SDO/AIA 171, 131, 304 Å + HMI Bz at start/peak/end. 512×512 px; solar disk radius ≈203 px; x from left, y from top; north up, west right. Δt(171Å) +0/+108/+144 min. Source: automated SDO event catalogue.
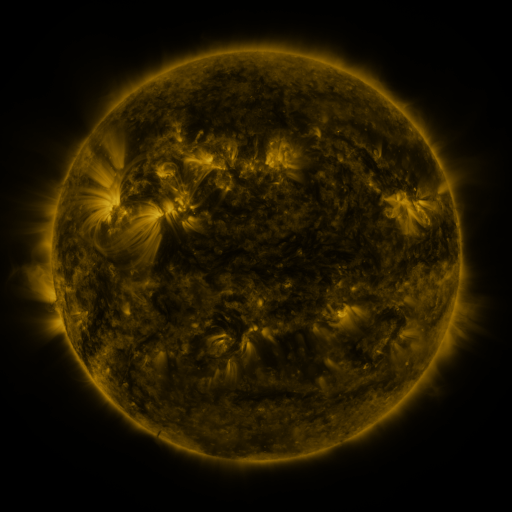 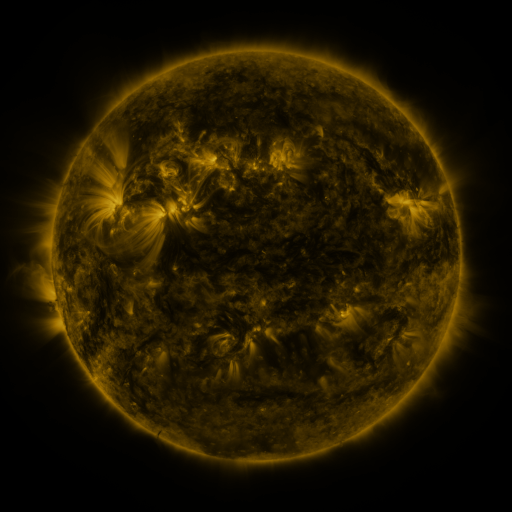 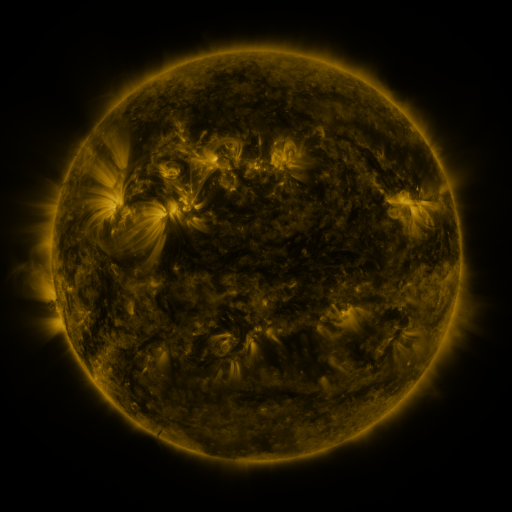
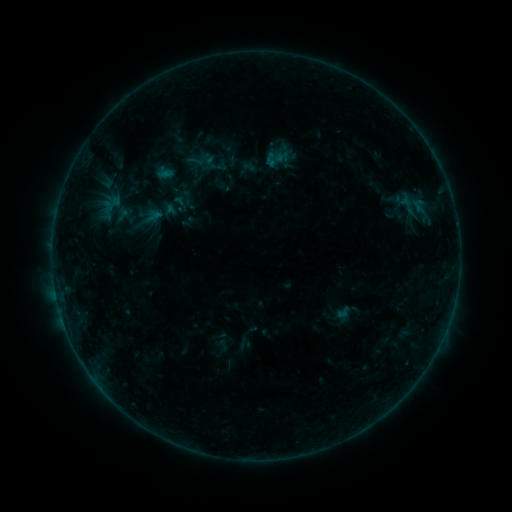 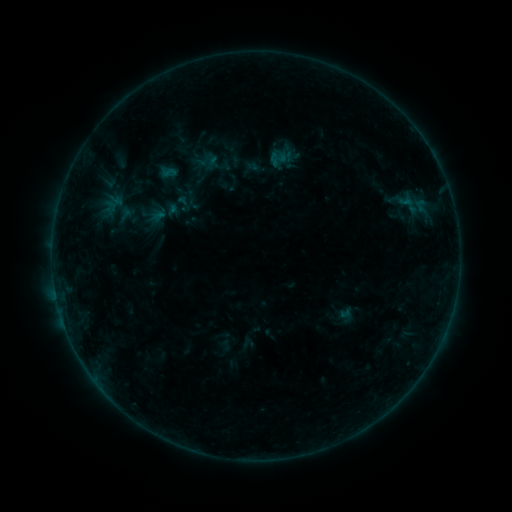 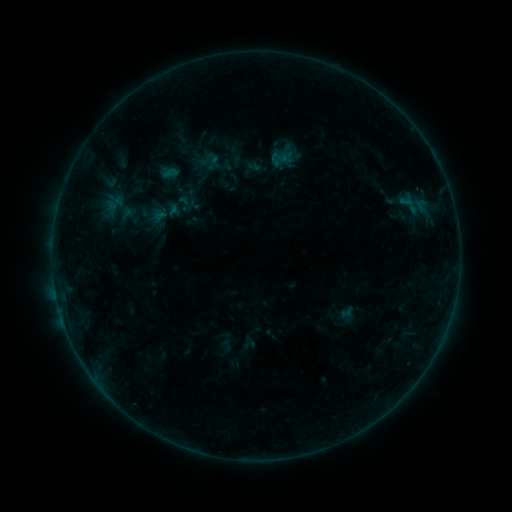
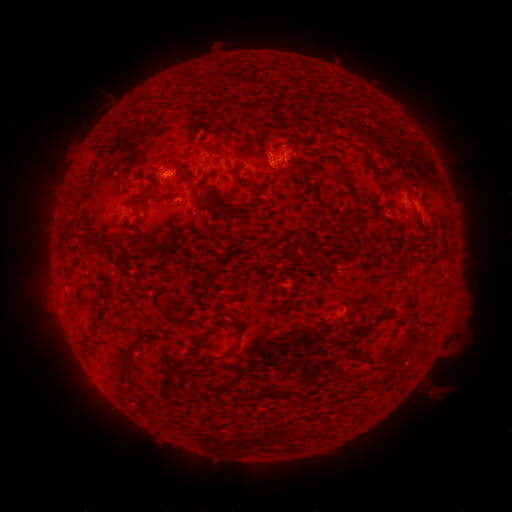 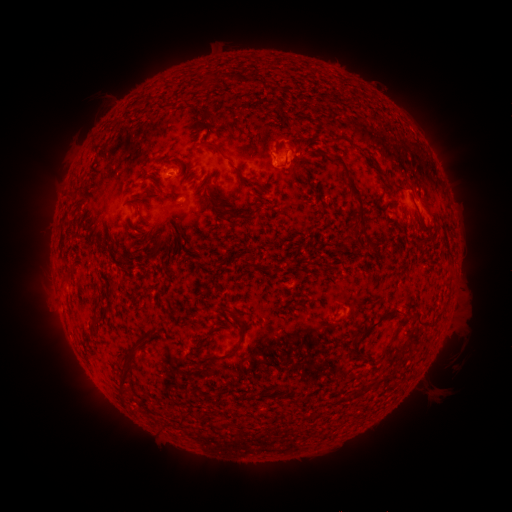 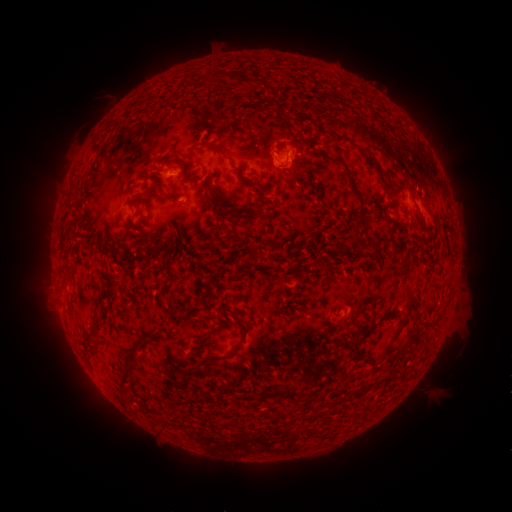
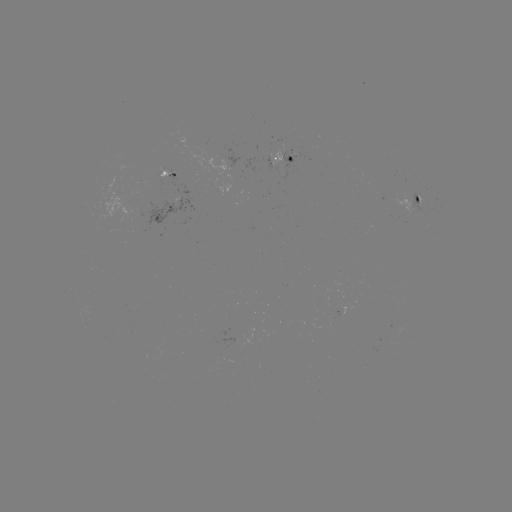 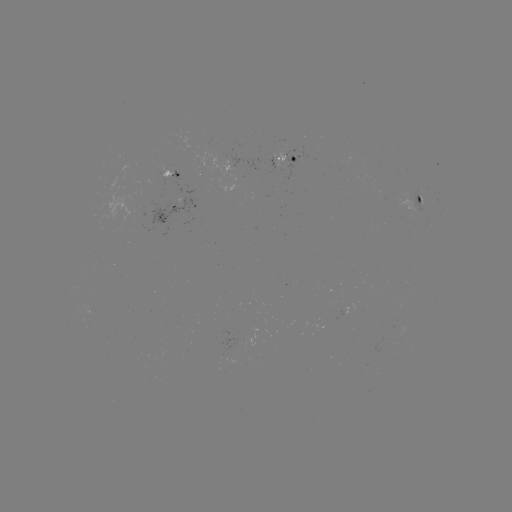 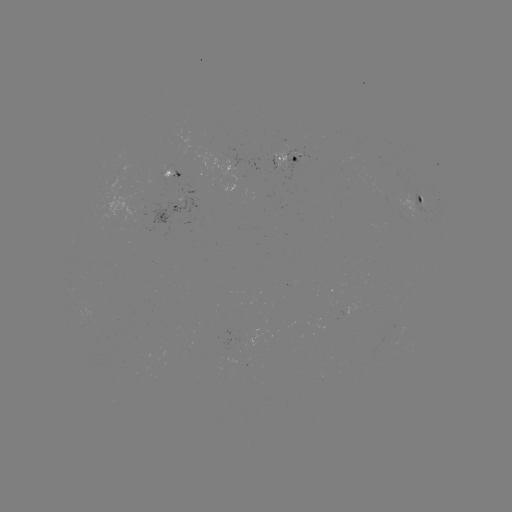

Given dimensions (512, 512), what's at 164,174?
emerging-flux region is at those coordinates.